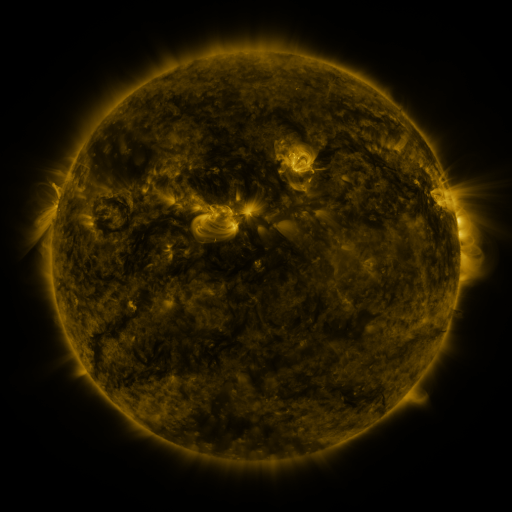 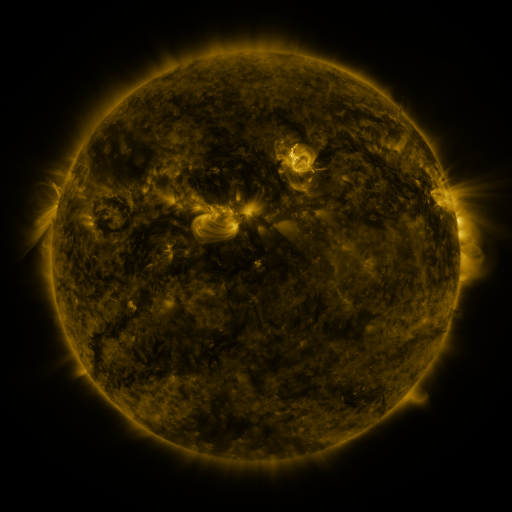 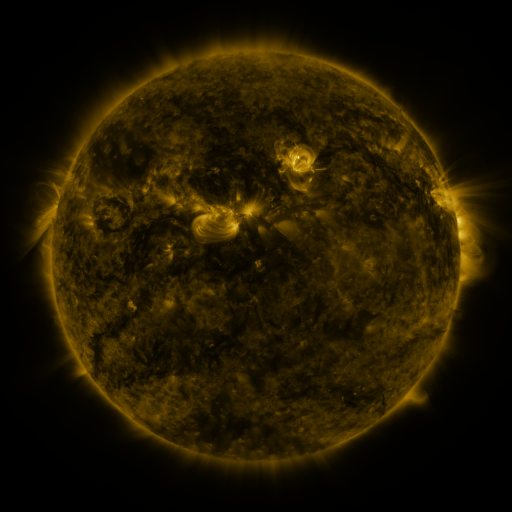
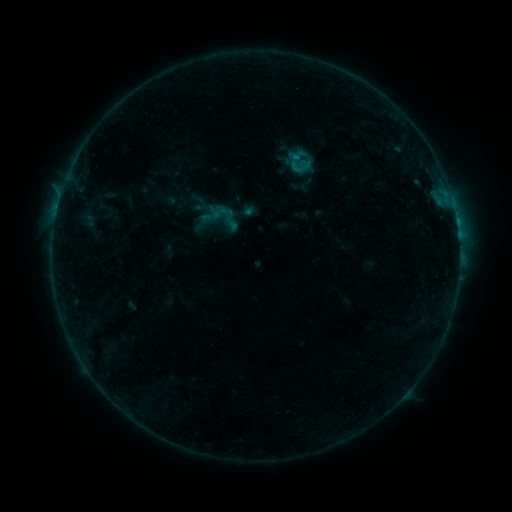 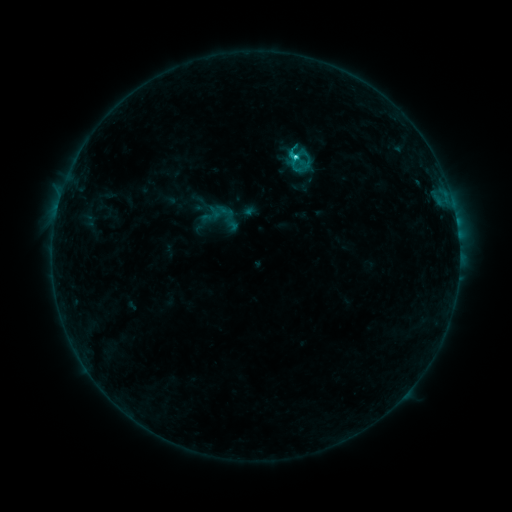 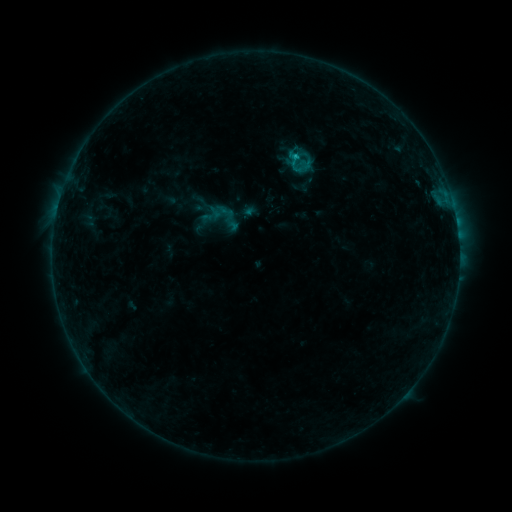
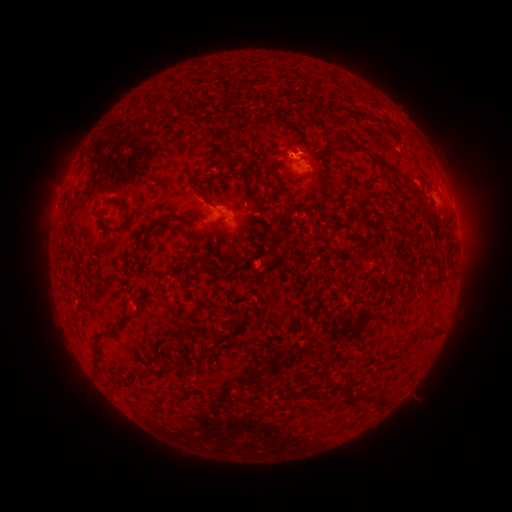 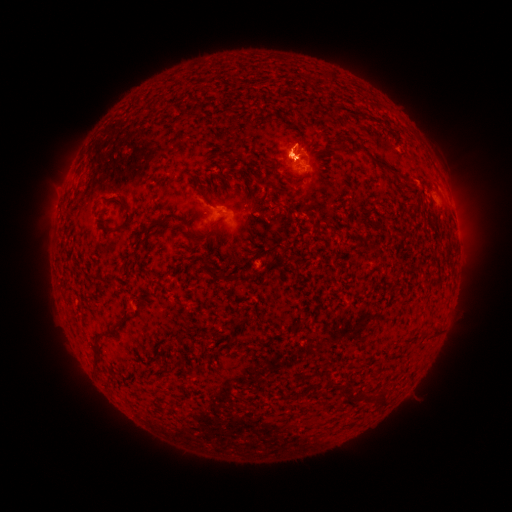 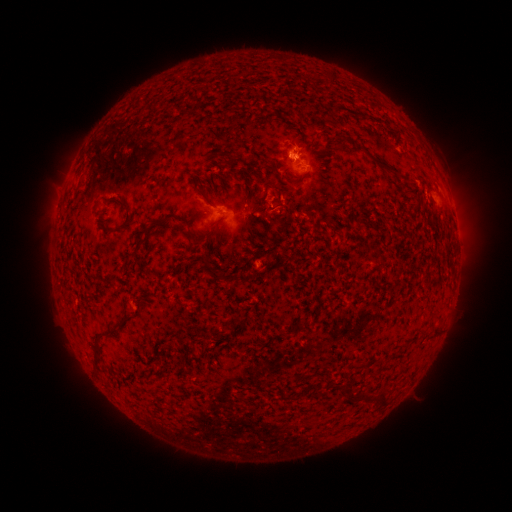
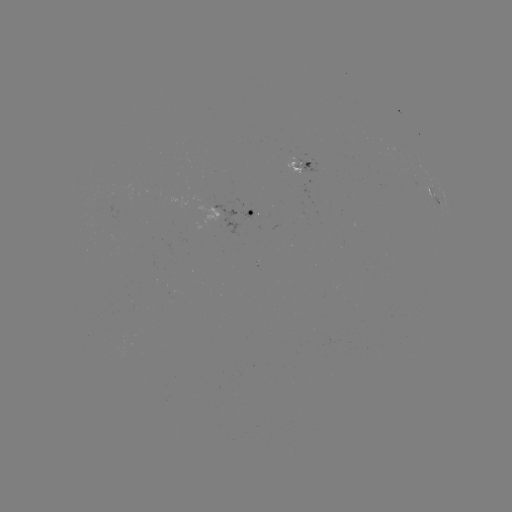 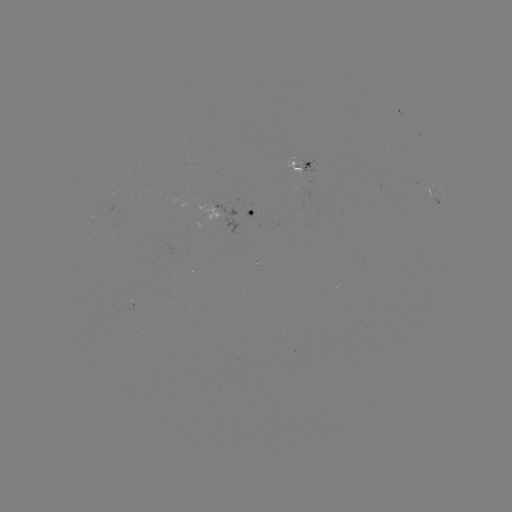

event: flare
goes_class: C1.2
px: (295, 160)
